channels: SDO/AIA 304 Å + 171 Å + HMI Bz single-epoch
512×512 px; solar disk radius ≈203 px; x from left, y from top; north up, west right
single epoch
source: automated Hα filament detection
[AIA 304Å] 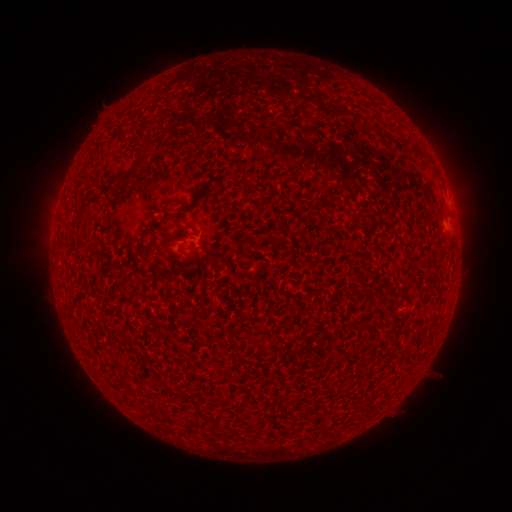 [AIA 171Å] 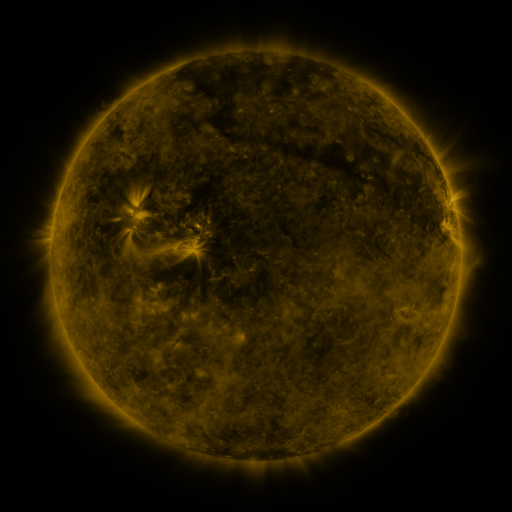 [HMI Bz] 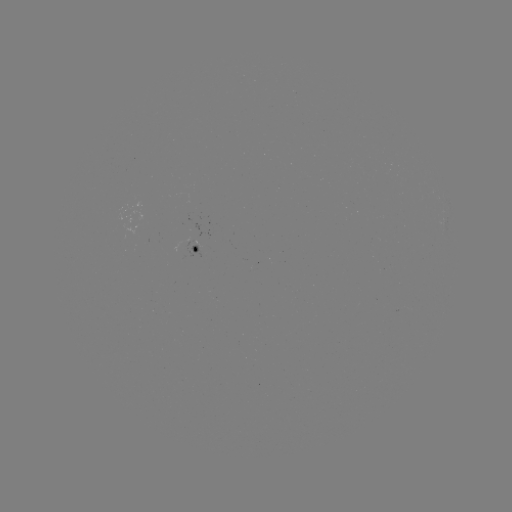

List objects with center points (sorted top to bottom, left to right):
filament: (138, 163)
filament: (87, 214)
filament: (178, 218)
filament: (165, 238)
